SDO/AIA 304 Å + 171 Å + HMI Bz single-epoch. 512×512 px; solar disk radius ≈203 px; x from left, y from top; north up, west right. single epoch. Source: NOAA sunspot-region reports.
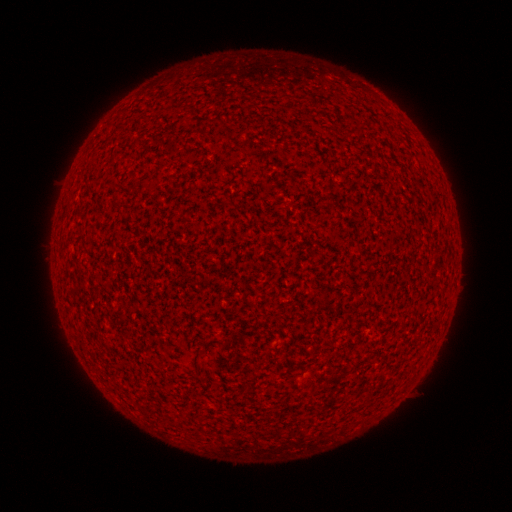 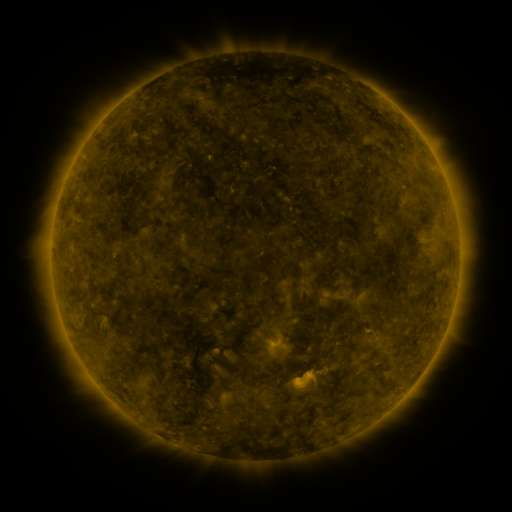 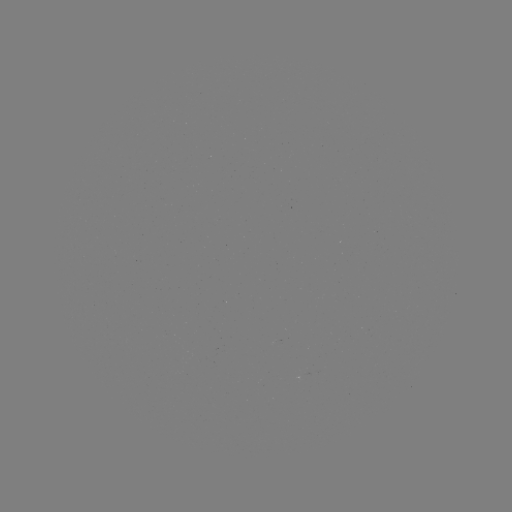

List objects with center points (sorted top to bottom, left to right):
(none)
